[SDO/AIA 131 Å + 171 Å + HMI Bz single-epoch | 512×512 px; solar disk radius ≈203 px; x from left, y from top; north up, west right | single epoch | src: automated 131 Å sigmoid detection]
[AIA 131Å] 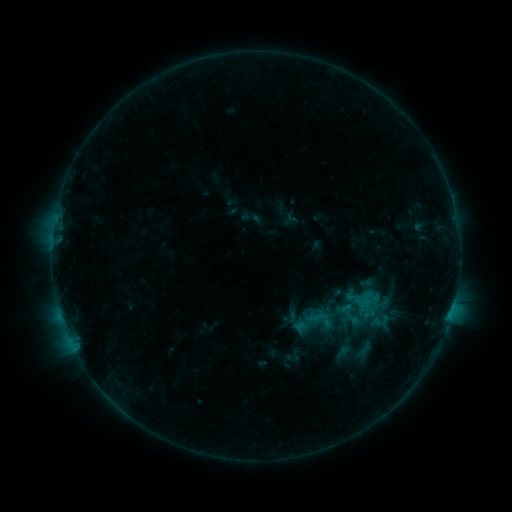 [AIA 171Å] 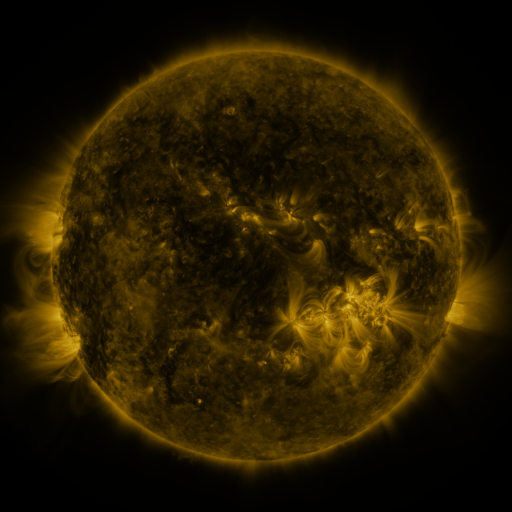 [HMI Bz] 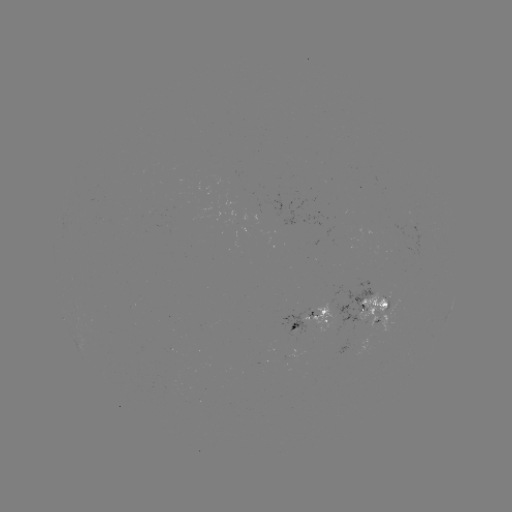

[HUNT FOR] sigmoid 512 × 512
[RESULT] (319, 319)